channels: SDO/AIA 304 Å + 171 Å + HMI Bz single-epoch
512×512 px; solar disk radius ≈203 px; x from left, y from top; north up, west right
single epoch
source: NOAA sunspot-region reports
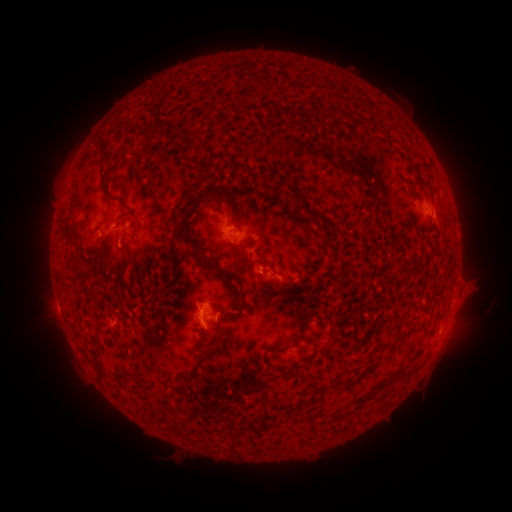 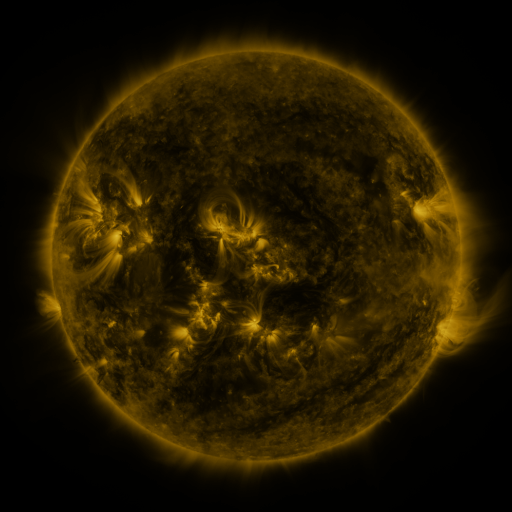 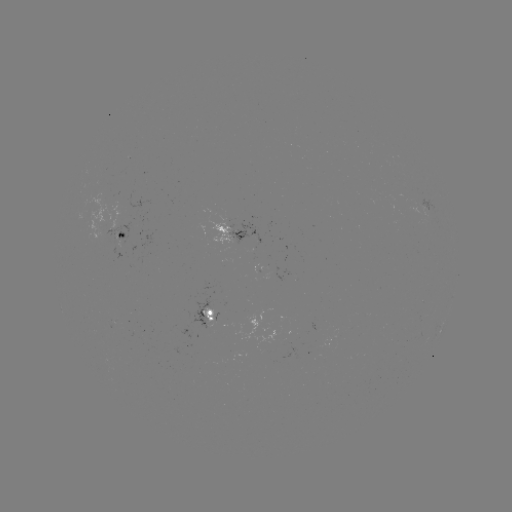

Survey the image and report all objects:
spotted active region: (231, 231)
spotted active region: (122, 232)
spotted active region: (210, 315)
